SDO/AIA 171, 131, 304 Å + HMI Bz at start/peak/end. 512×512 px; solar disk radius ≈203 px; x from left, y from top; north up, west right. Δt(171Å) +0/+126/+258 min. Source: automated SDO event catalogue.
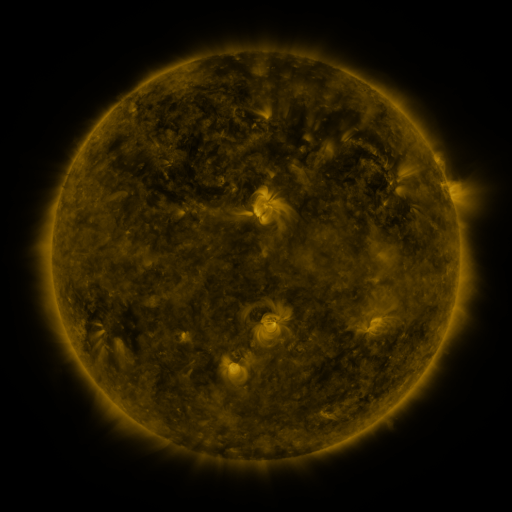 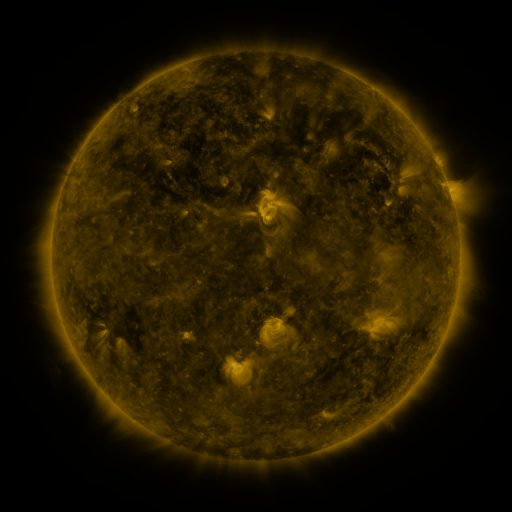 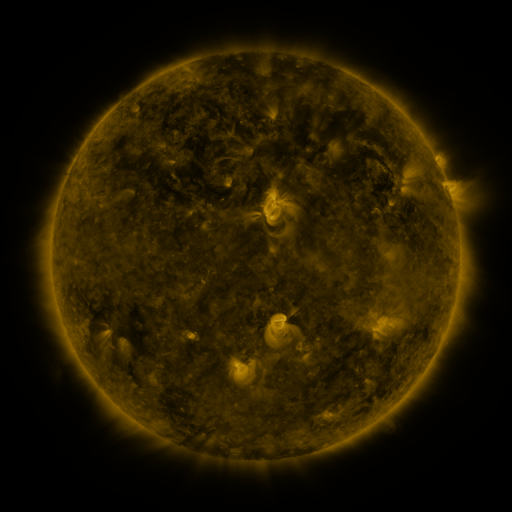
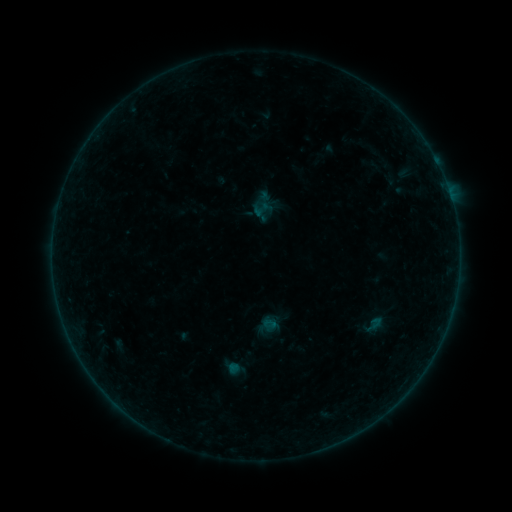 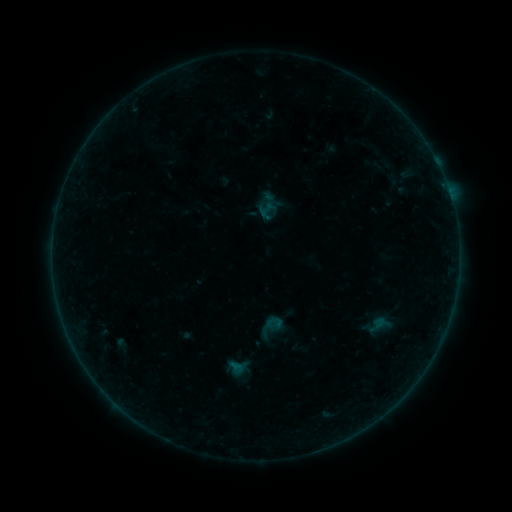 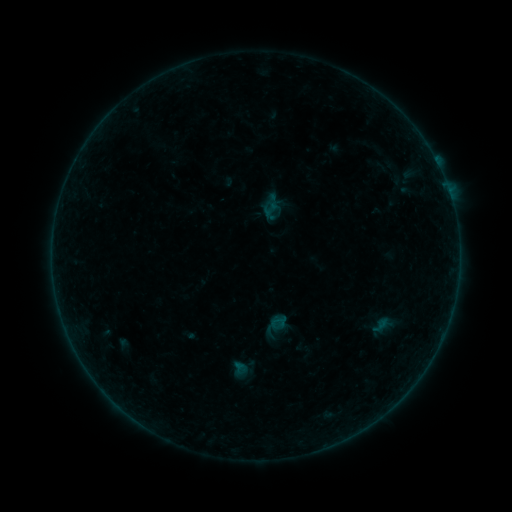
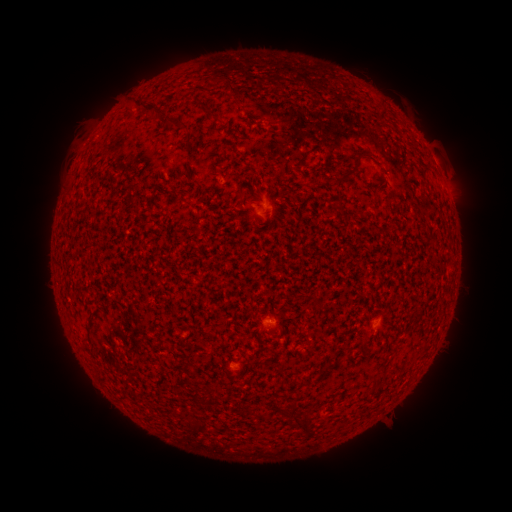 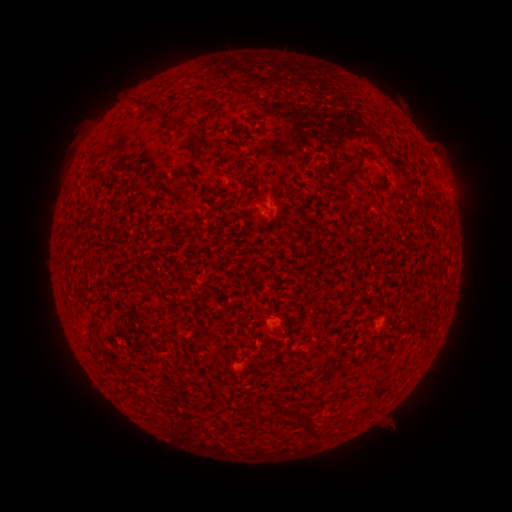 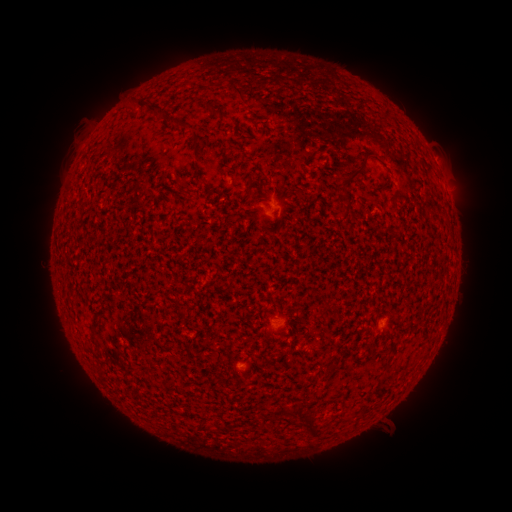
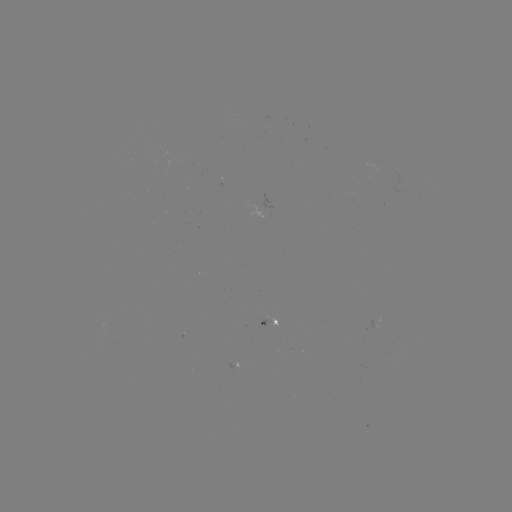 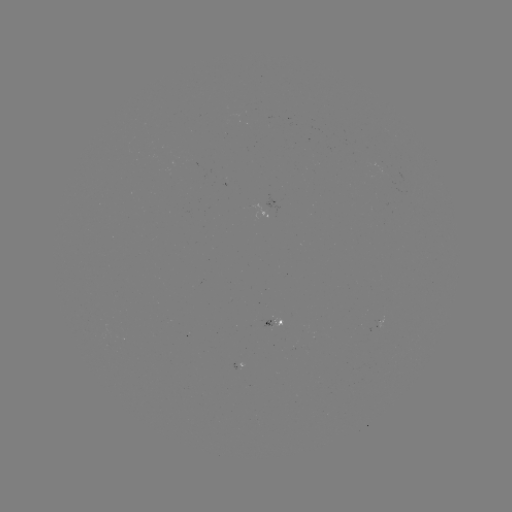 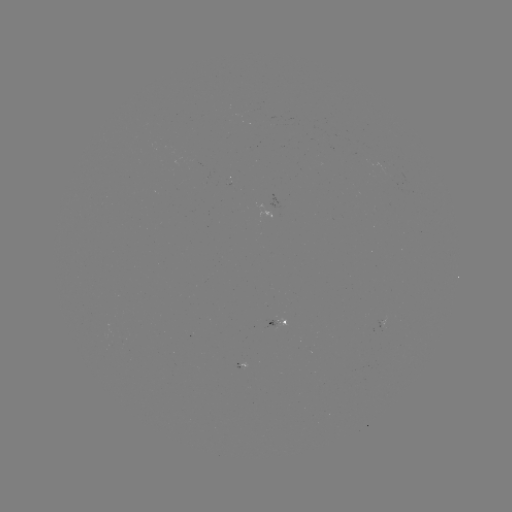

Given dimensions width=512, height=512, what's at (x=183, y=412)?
filament eruption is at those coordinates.